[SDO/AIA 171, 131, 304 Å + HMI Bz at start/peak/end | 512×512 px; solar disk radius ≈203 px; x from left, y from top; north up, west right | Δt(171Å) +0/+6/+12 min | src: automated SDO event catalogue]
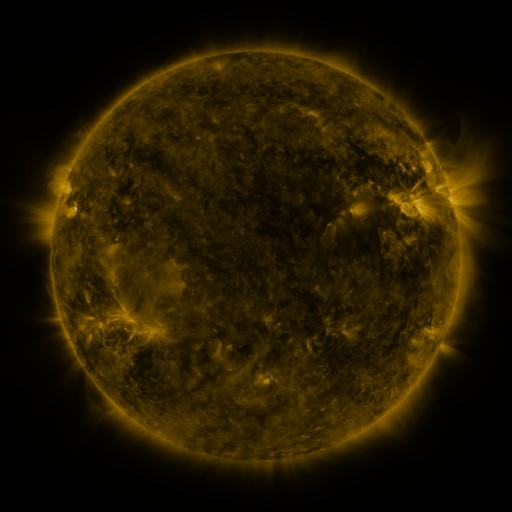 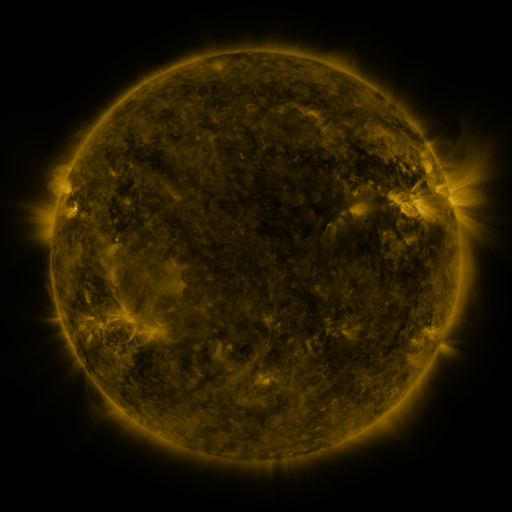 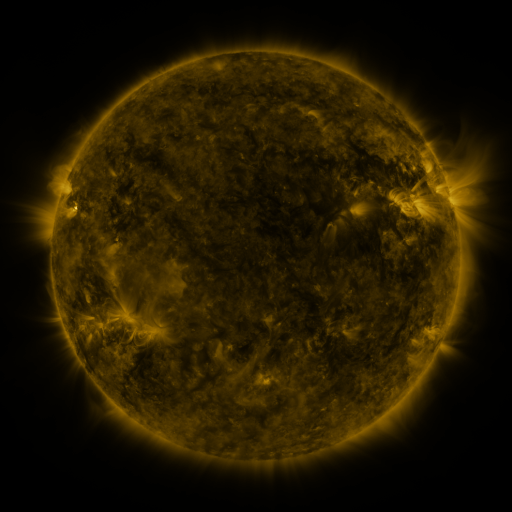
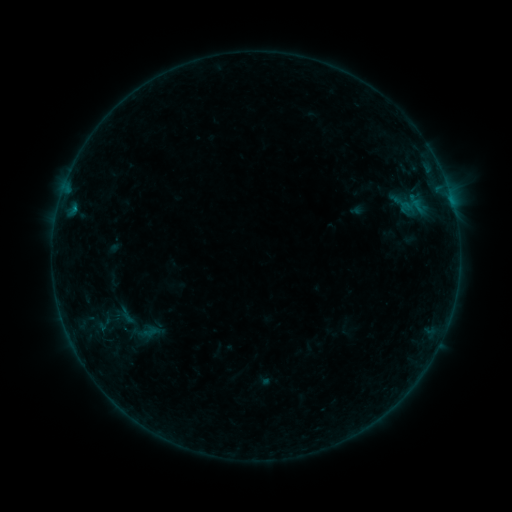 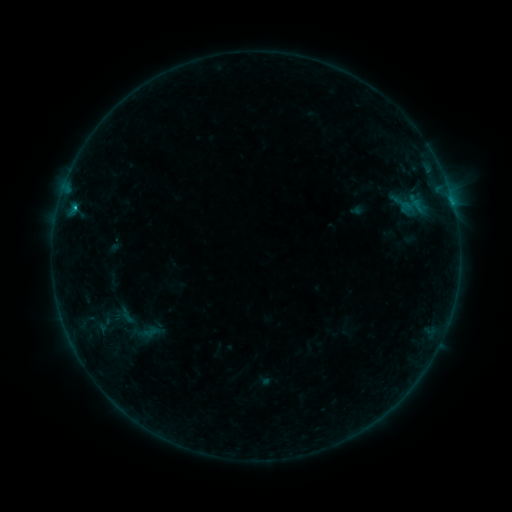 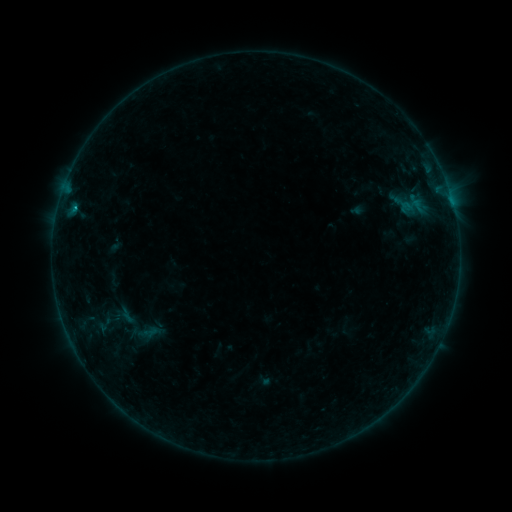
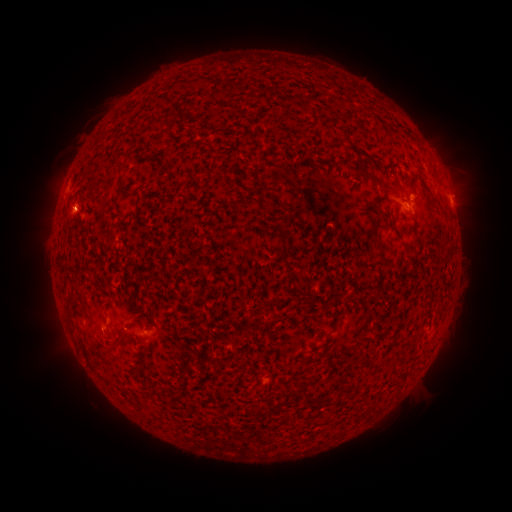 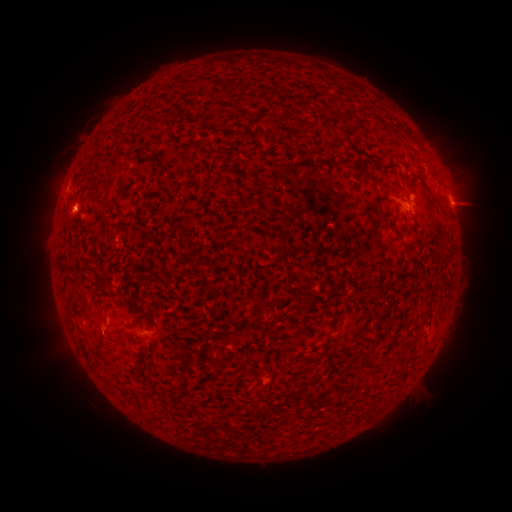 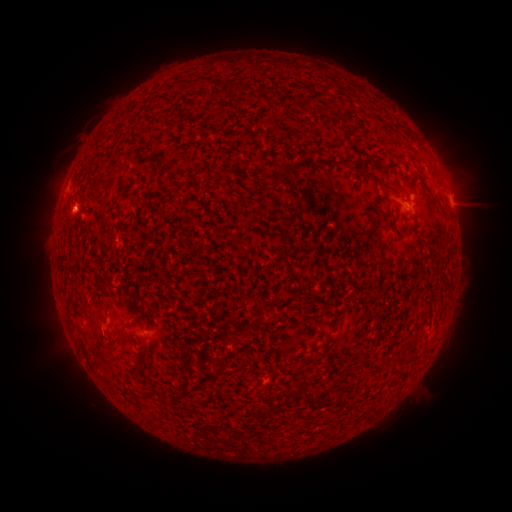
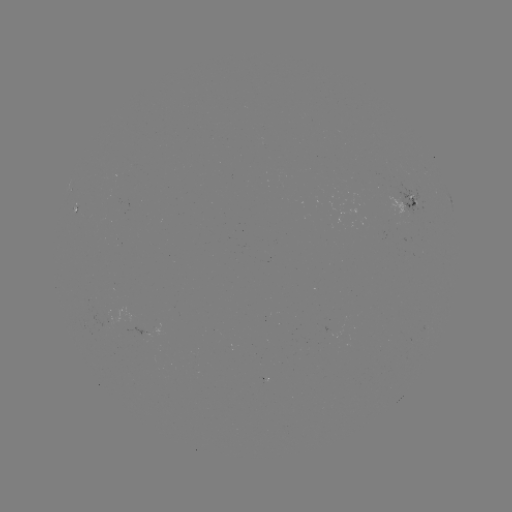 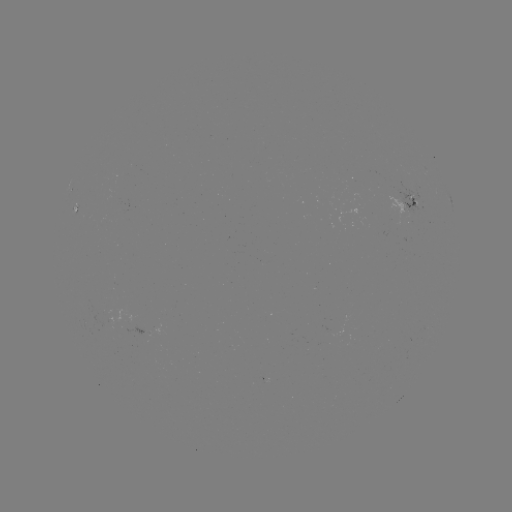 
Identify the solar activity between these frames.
B6.3 flare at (75, 208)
